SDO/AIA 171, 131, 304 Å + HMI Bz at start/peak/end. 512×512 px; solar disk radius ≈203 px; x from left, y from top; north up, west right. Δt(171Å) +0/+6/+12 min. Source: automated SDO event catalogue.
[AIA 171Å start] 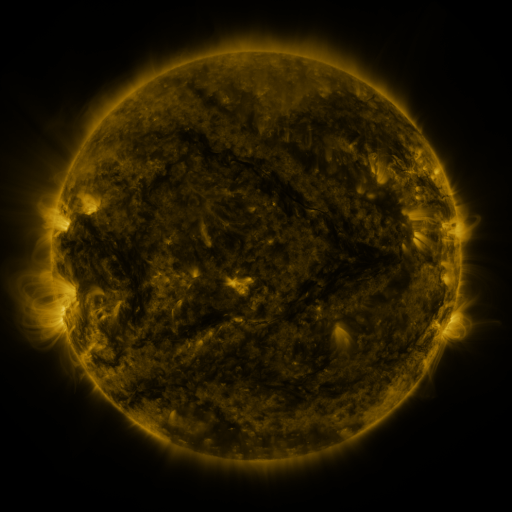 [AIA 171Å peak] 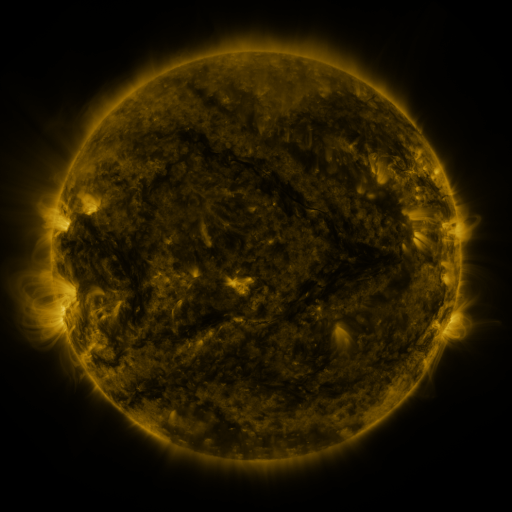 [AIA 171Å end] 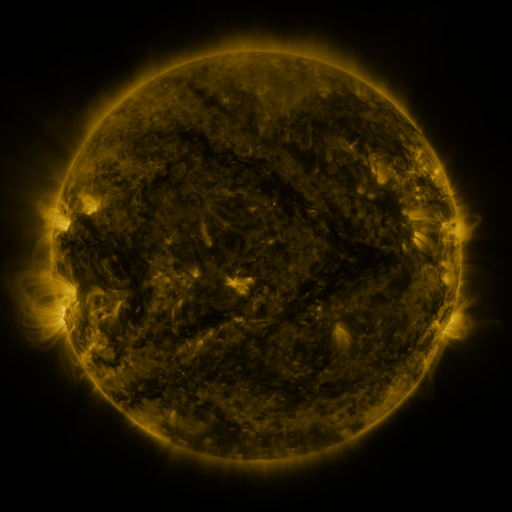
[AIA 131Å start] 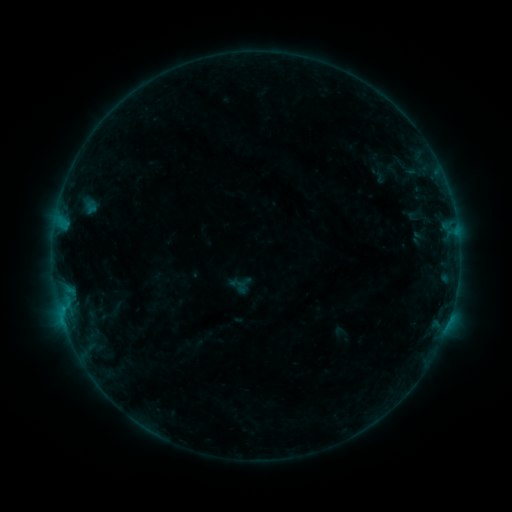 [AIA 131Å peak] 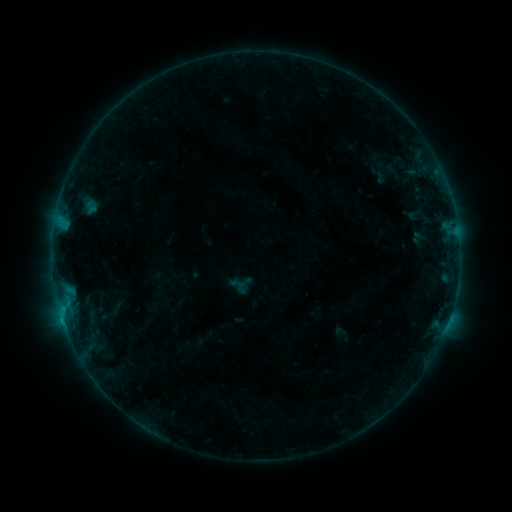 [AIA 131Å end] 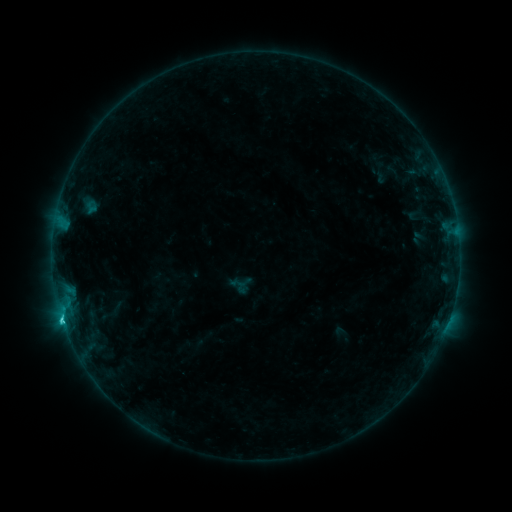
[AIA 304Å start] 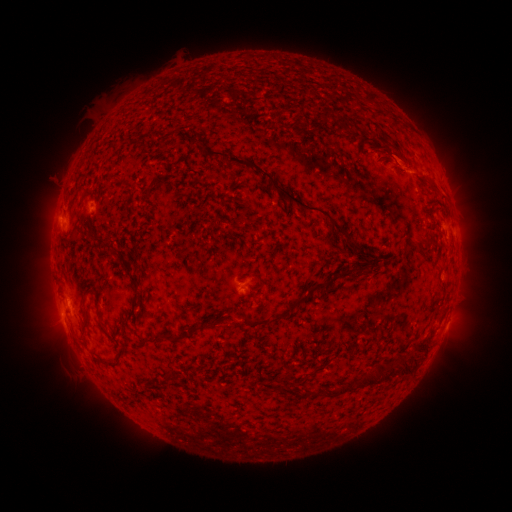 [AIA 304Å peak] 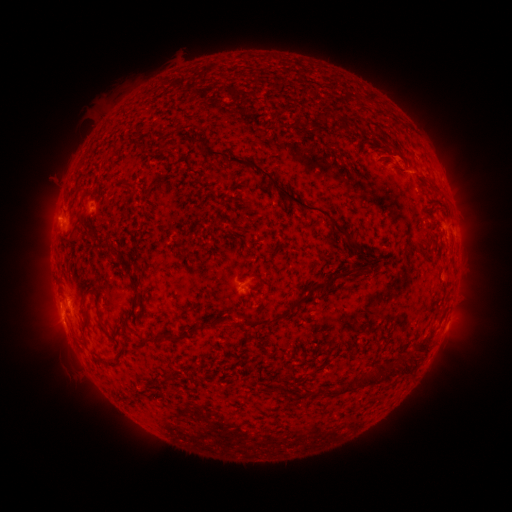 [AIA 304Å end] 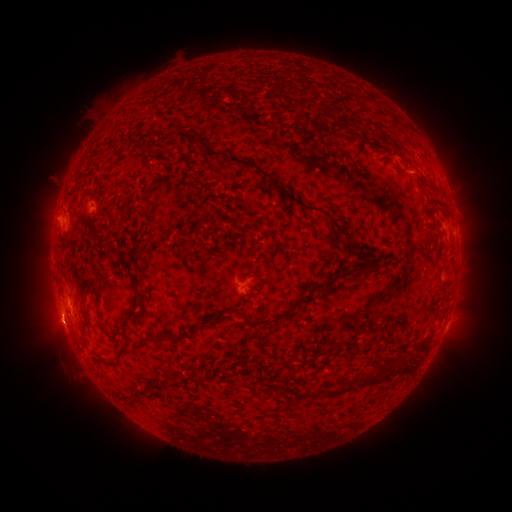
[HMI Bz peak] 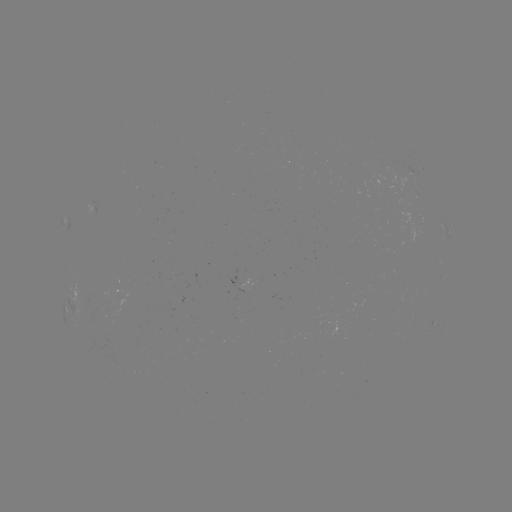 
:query eruption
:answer [57, 321]